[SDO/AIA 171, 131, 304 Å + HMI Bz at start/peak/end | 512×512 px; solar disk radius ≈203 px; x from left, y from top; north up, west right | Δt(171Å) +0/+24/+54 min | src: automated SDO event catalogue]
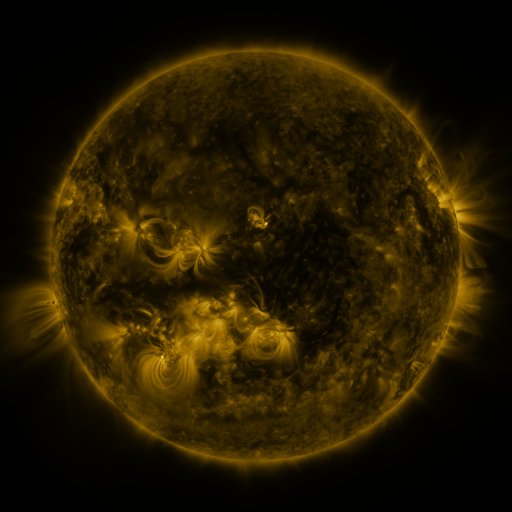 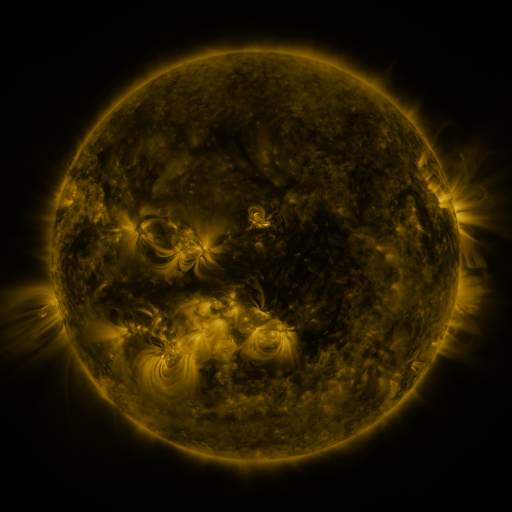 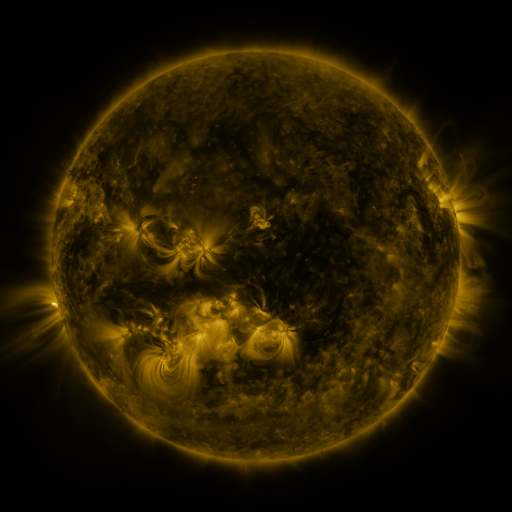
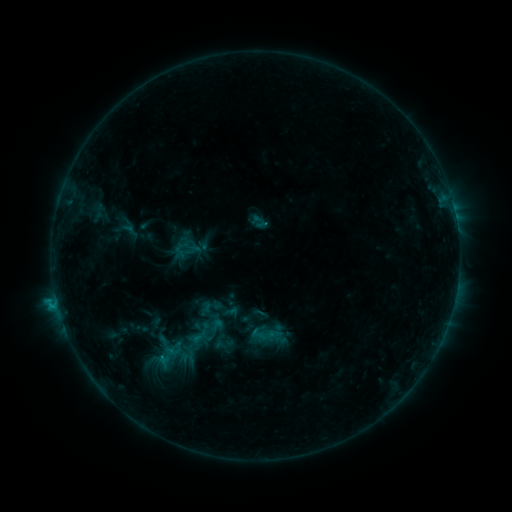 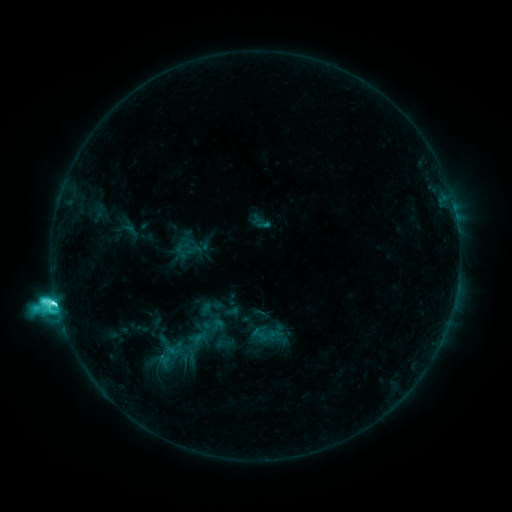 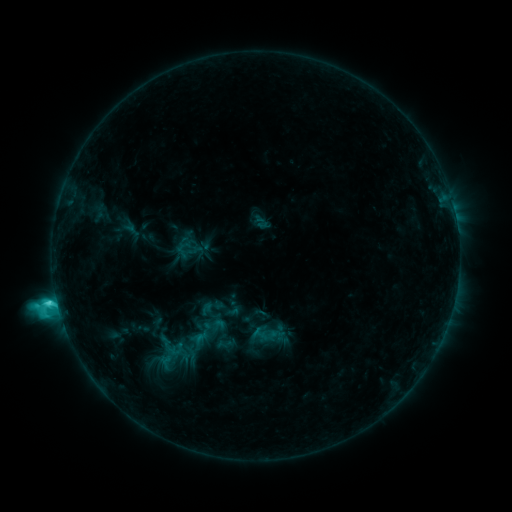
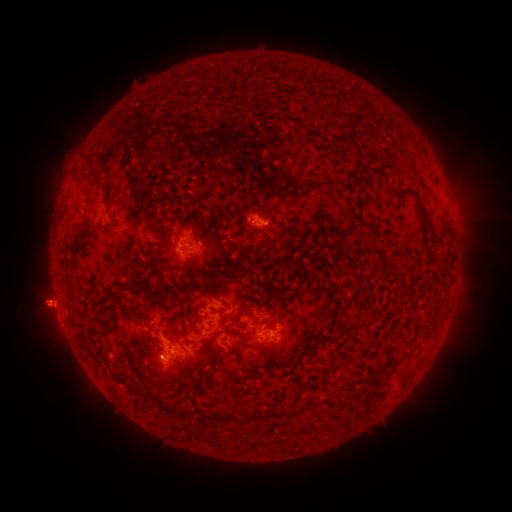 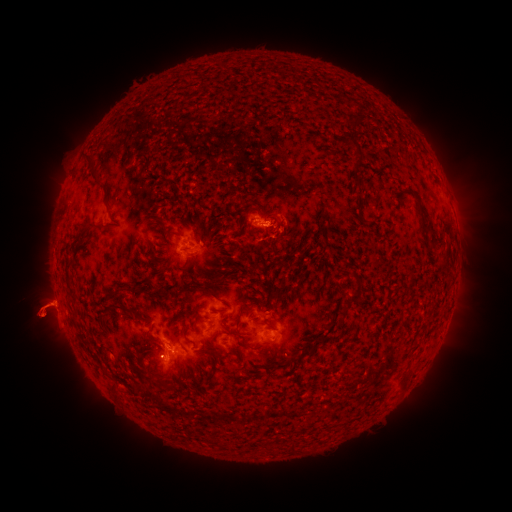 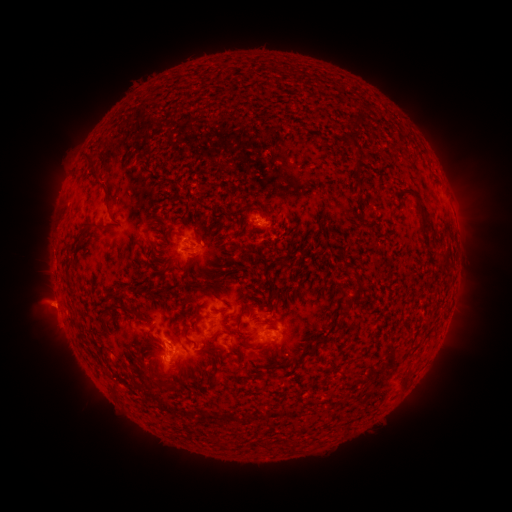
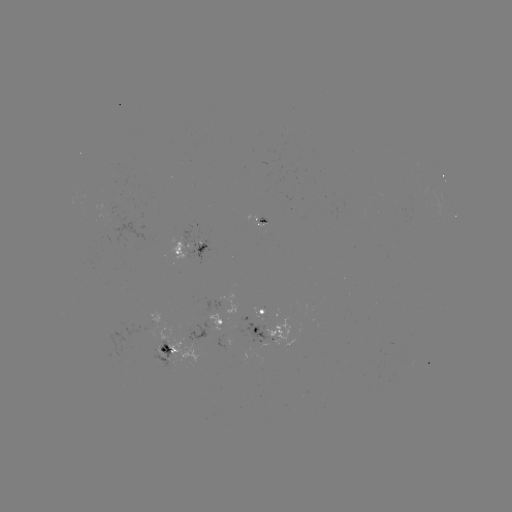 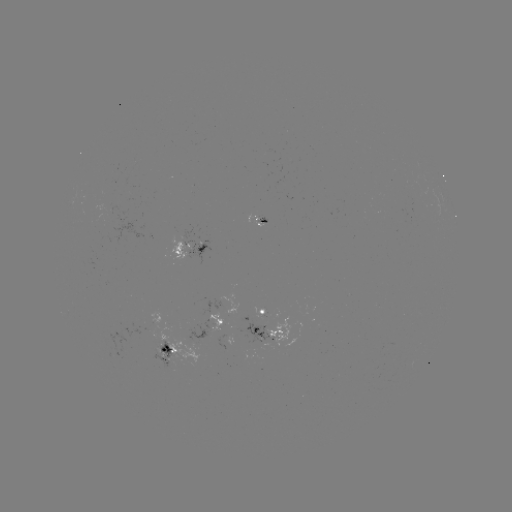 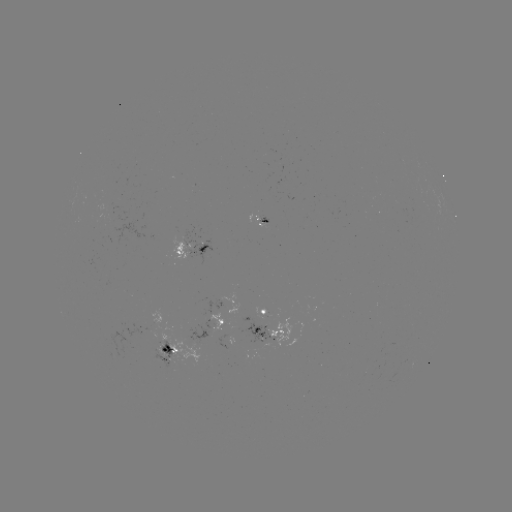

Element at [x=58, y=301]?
C8.4 flare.